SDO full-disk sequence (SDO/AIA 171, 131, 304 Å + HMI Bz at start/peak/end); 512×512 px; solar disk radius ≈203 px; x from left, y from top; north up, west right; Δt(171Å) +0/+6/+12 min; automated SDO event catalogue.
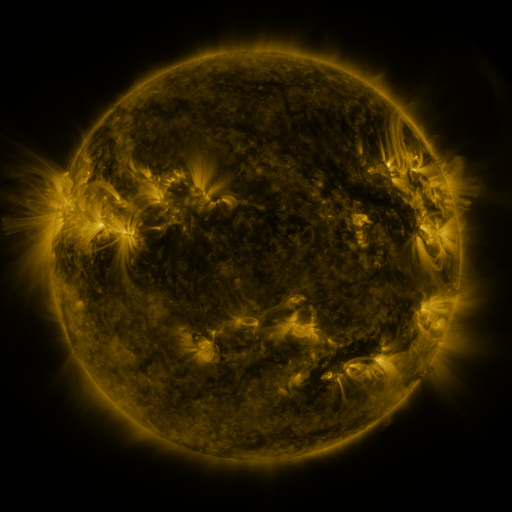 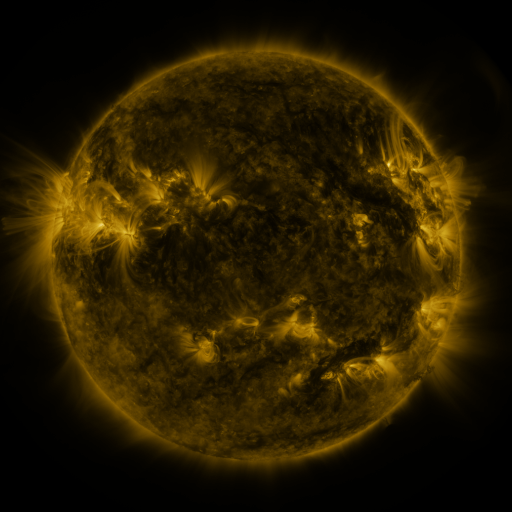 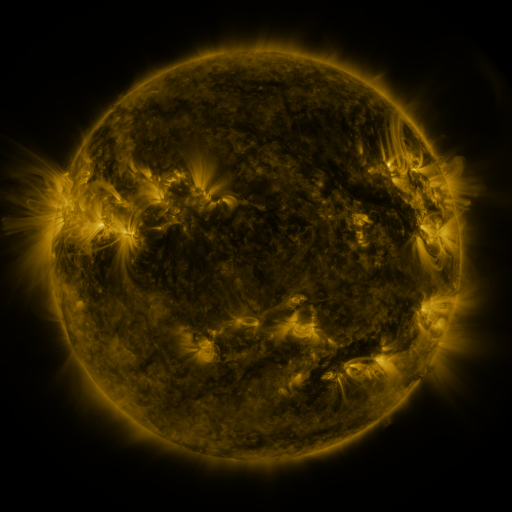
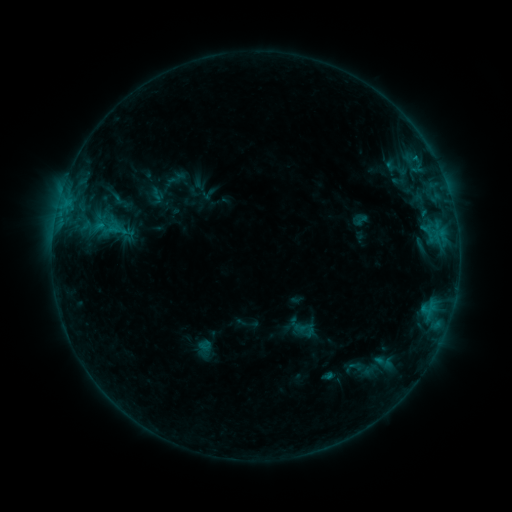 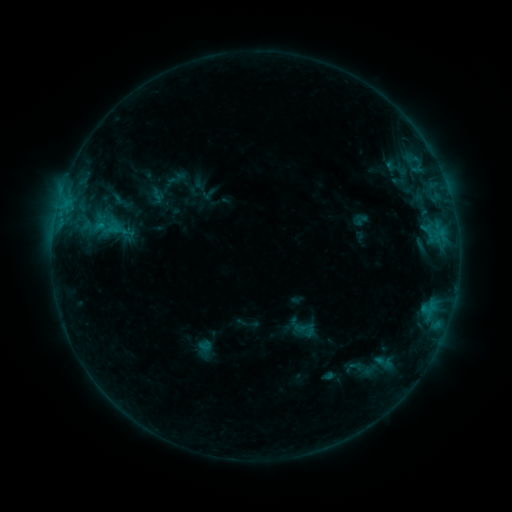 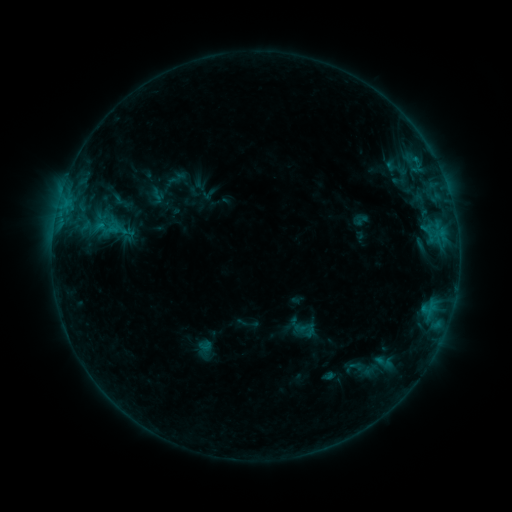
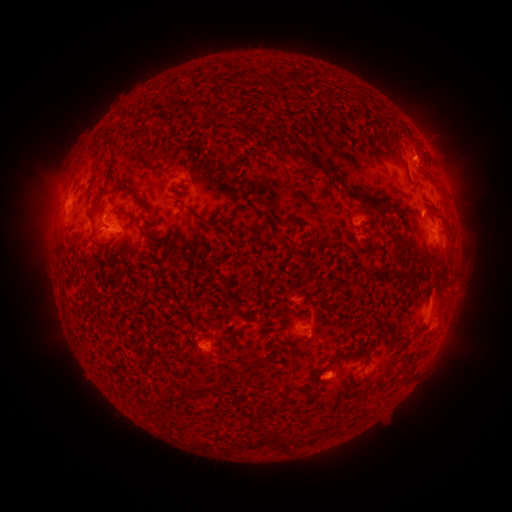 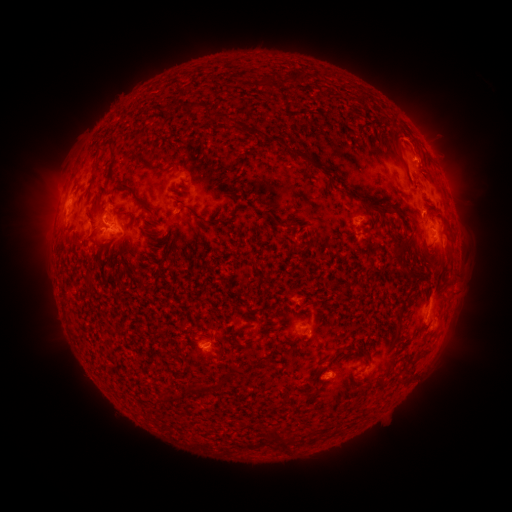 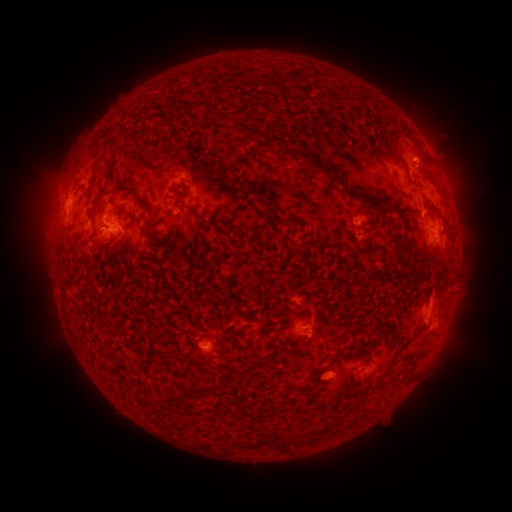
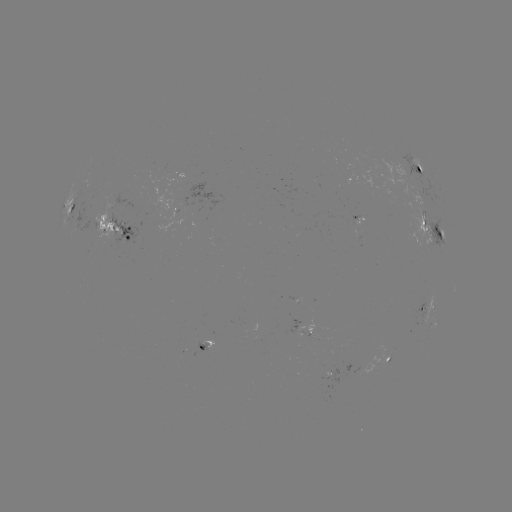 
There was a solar eruption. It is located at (414, 135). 